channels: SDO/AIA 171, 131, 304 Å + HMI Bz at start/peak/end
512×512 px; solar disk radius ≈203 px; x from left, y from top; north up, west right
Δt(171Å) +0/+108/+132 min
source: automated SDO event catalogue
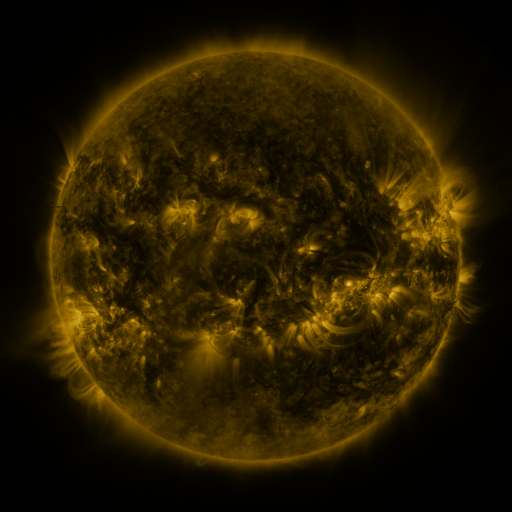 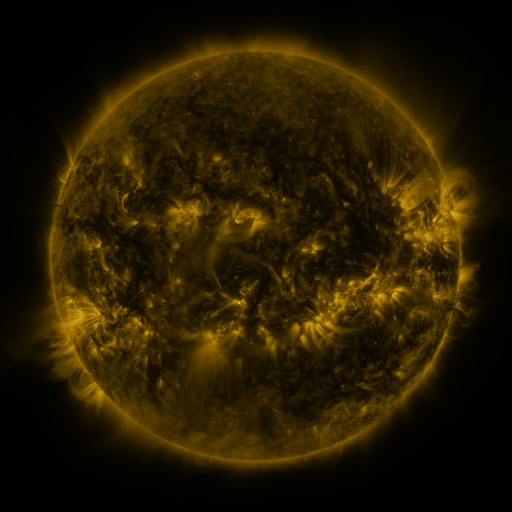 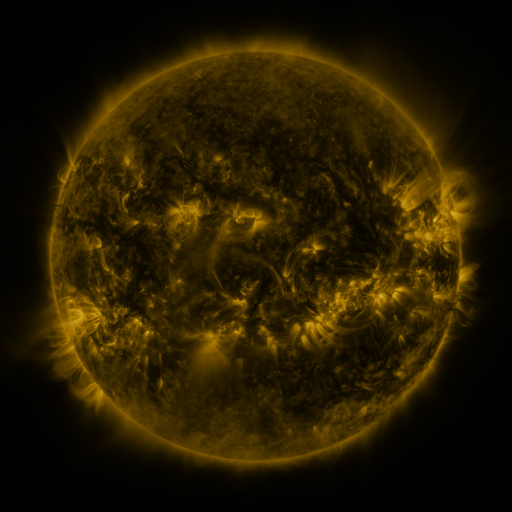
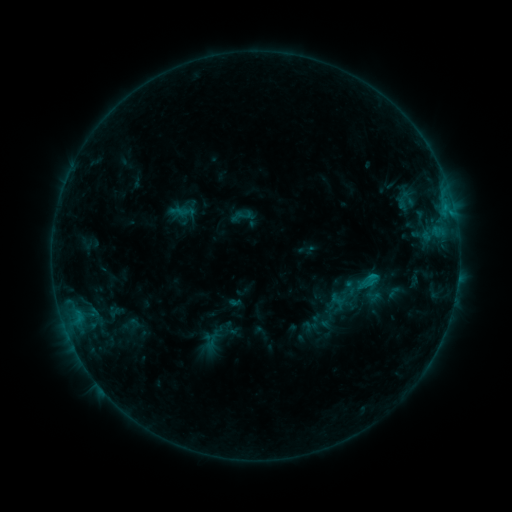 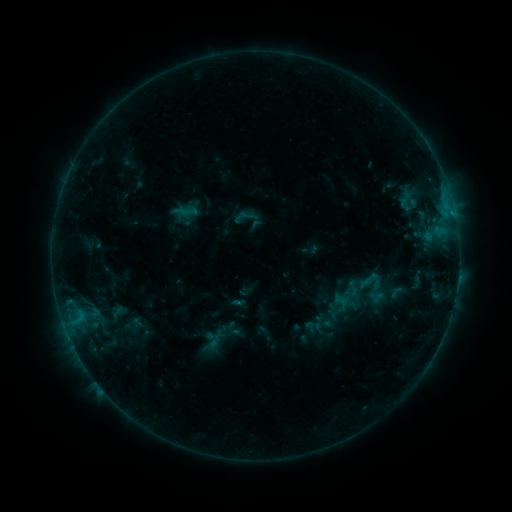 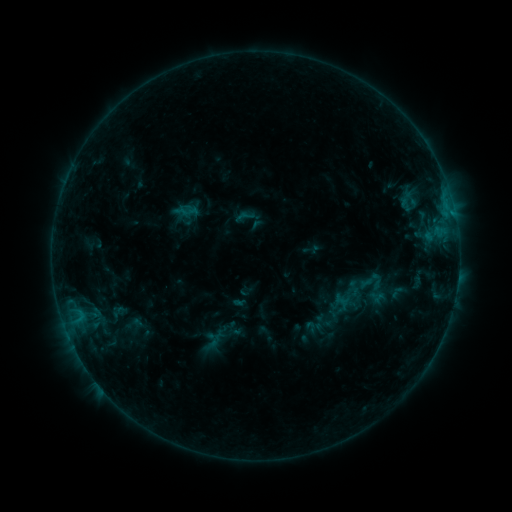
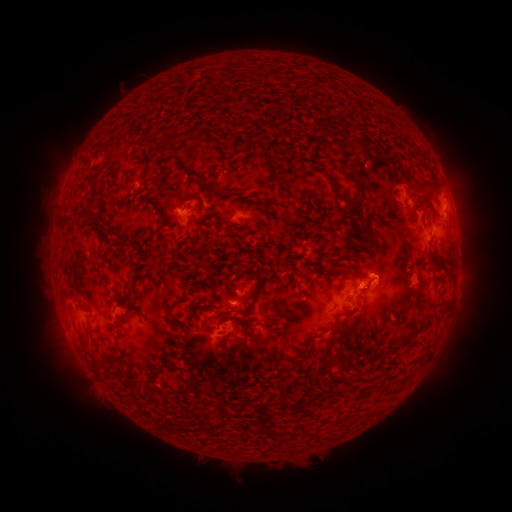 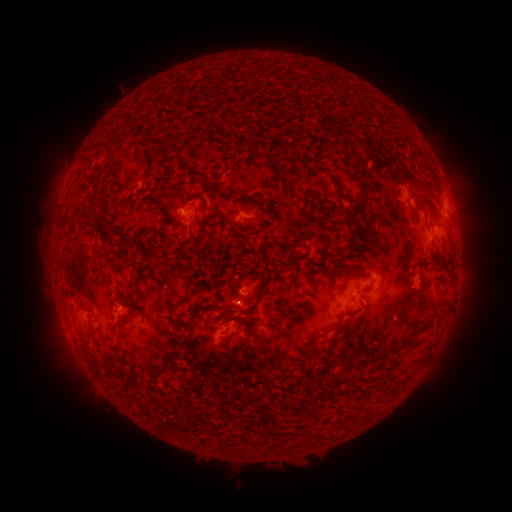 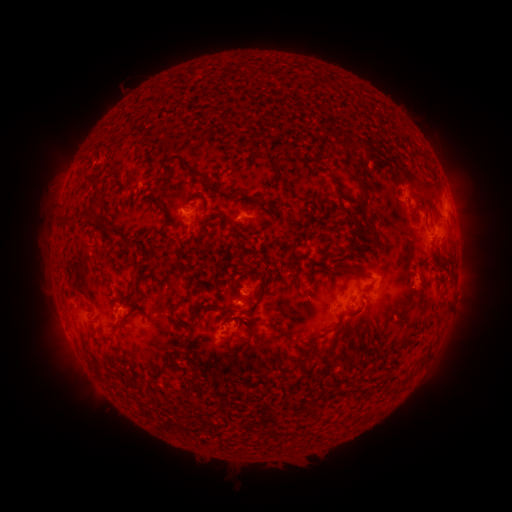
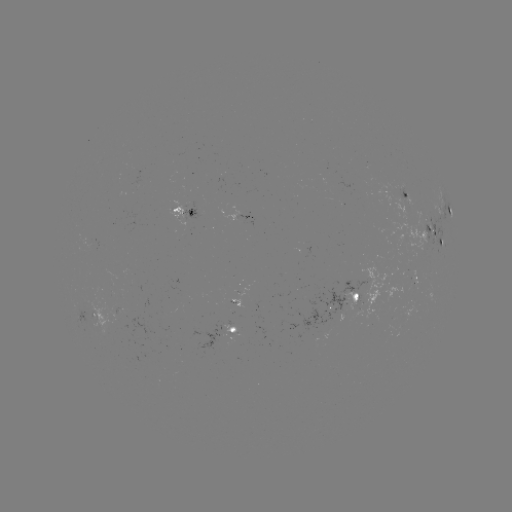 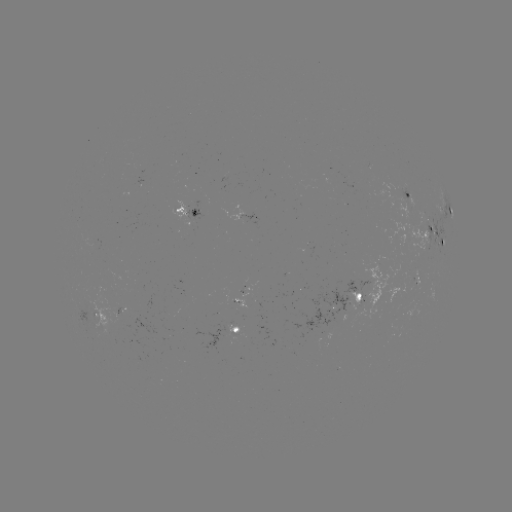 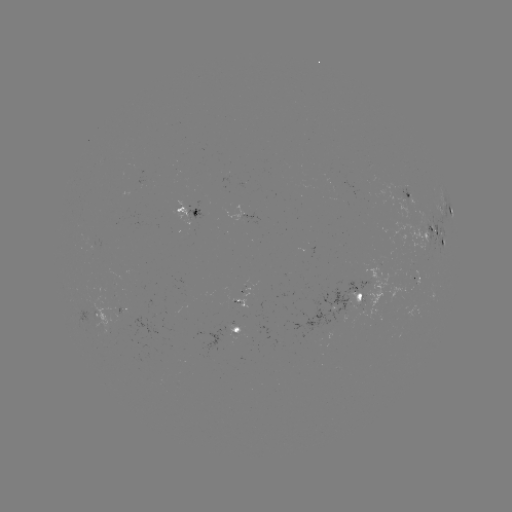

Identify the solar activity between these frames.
emerging-flux region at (245, 290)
